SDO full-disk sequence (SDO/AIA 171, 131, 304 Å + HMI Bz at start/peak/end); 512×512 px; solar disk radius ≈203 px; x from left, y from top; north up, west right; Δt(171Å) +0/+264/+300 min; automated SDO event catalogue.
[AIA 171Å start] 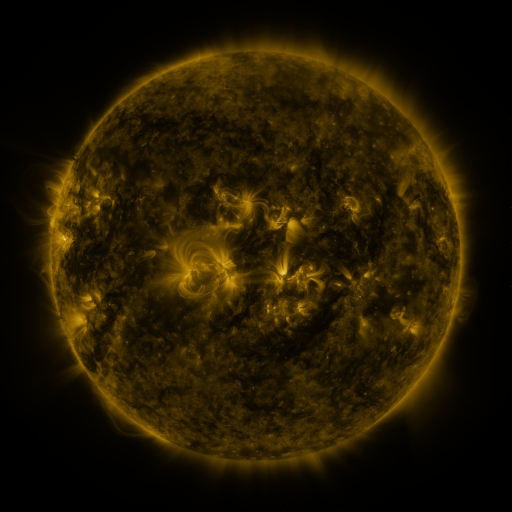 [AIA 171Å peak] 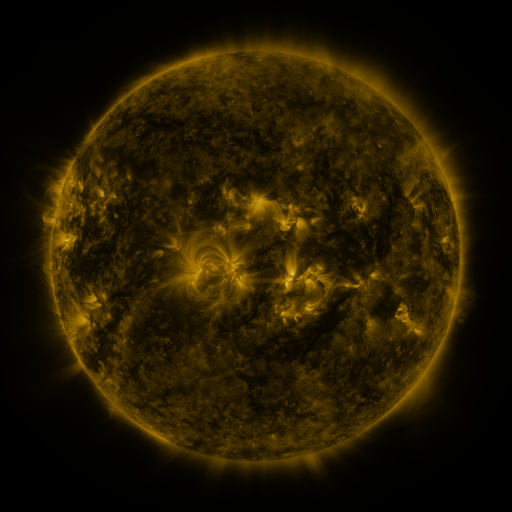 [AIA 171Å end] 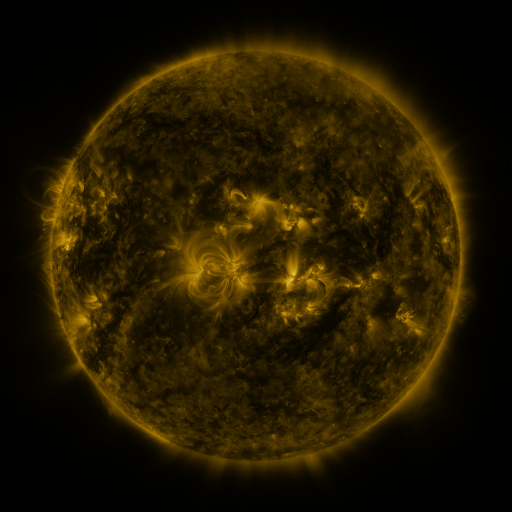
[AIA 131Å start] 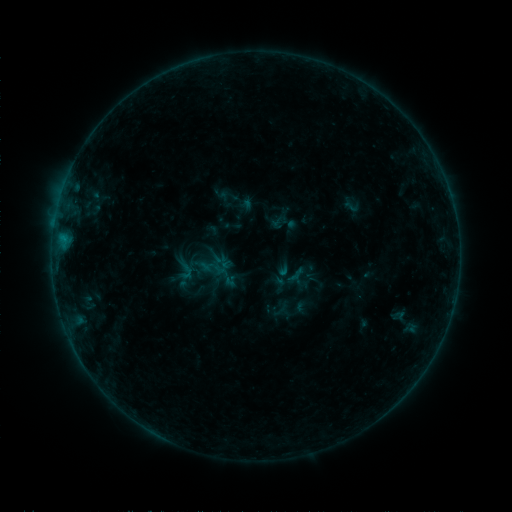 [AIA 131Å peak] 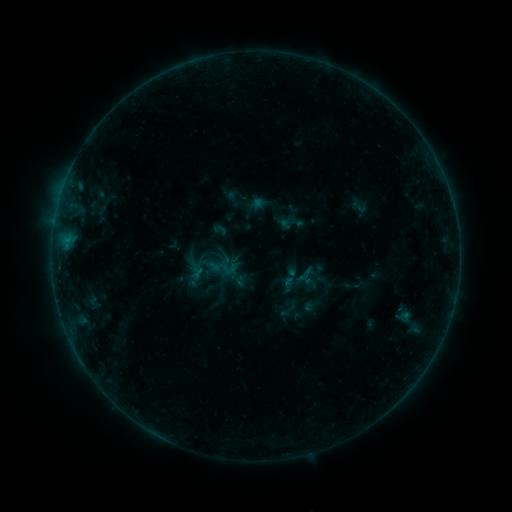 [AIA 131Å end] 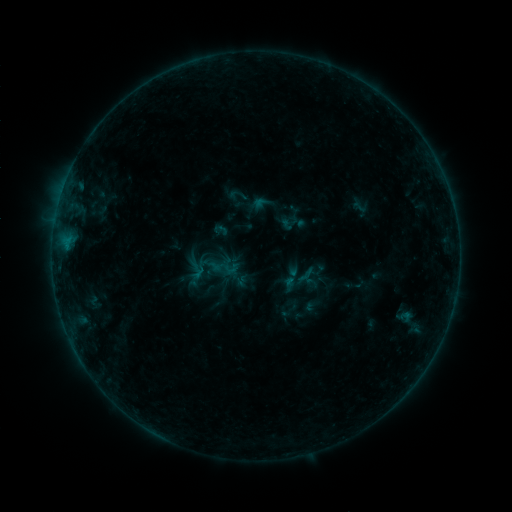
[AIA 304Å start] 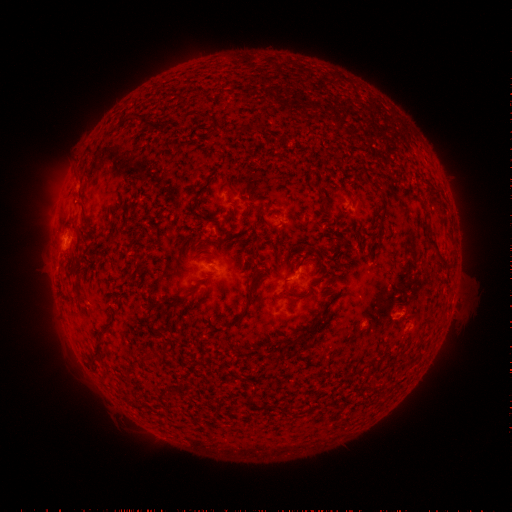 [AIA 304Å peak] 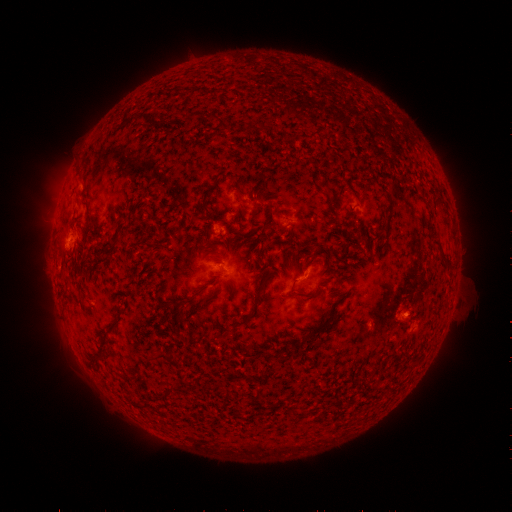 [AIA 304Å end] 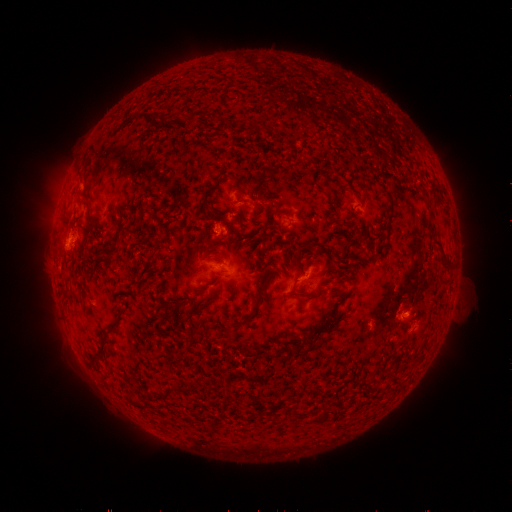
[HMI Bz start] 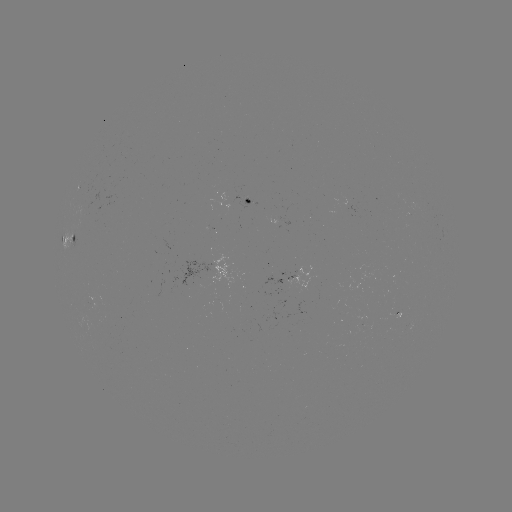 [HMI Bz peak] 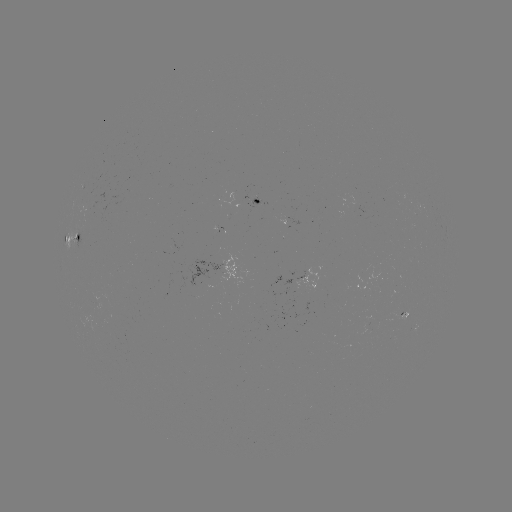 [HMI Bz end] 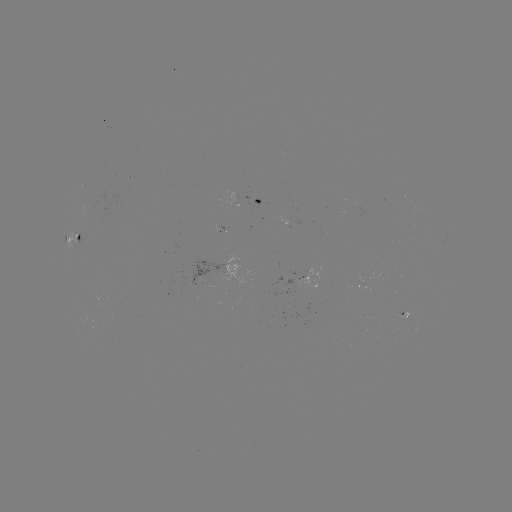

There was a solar emerging-flux region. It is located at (366, 331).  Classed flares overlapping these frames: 1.